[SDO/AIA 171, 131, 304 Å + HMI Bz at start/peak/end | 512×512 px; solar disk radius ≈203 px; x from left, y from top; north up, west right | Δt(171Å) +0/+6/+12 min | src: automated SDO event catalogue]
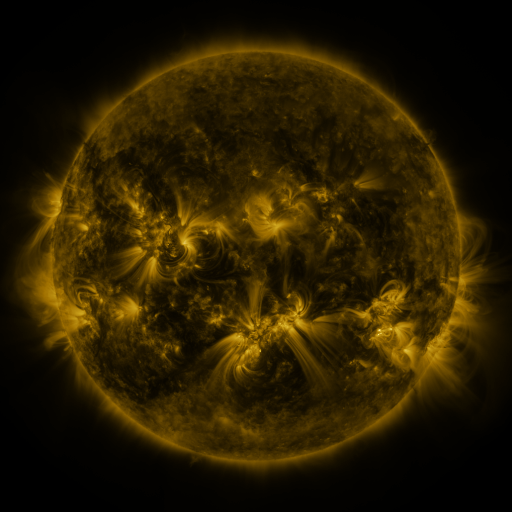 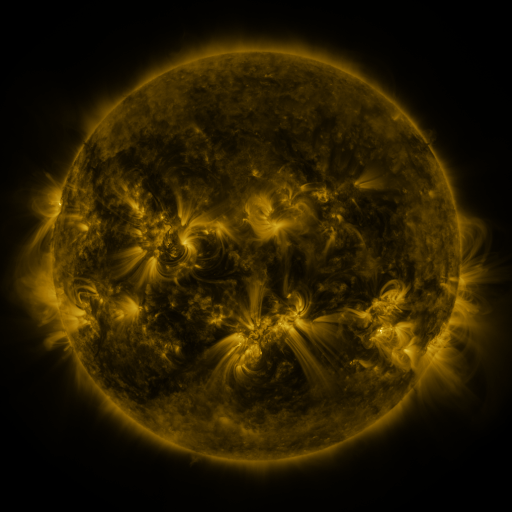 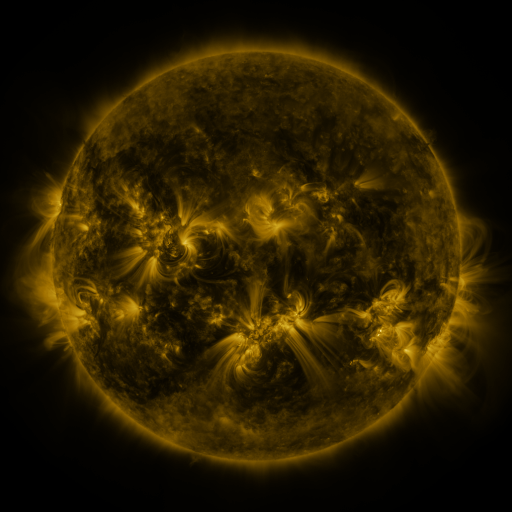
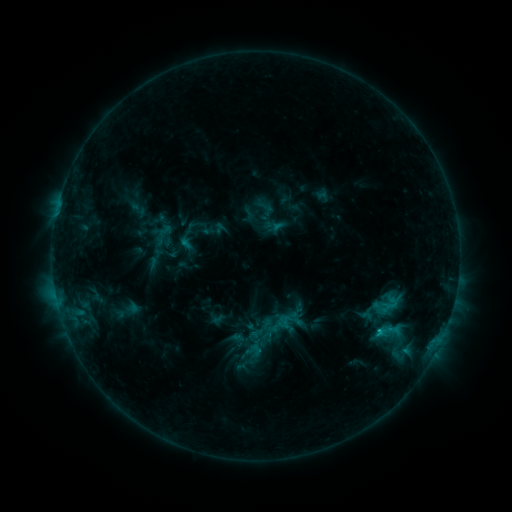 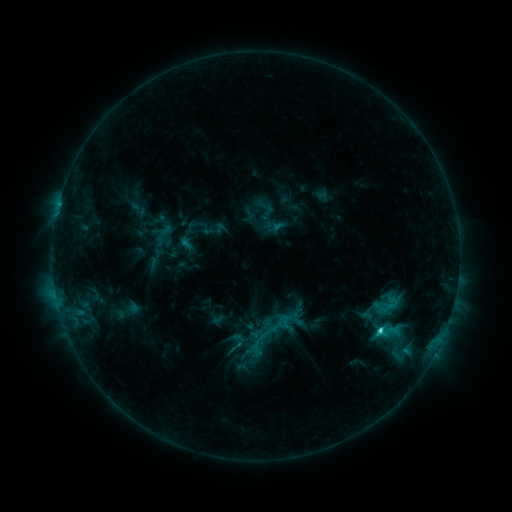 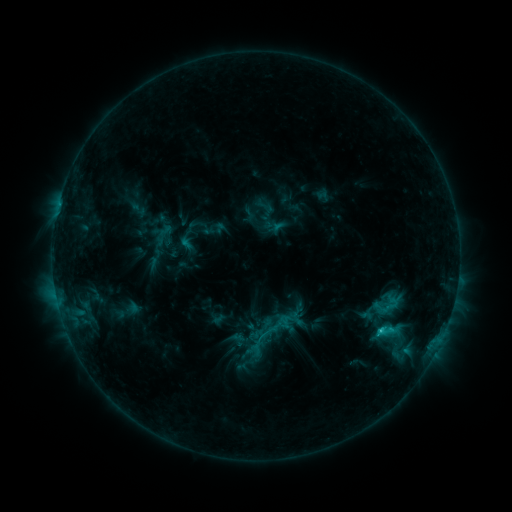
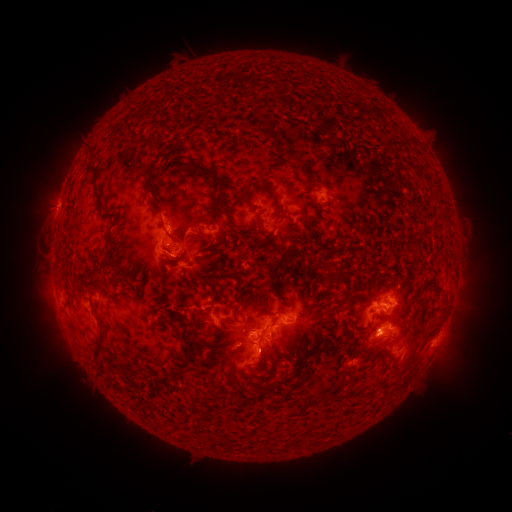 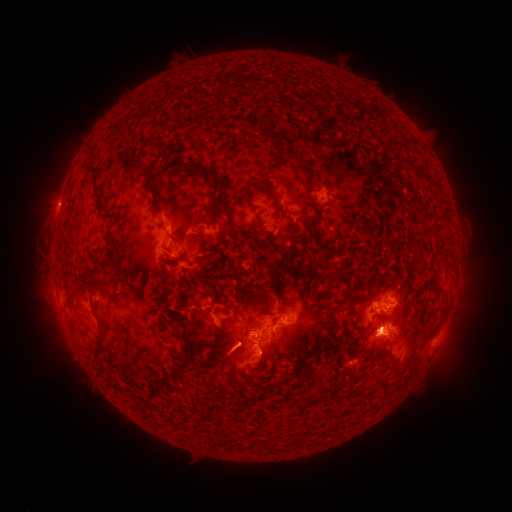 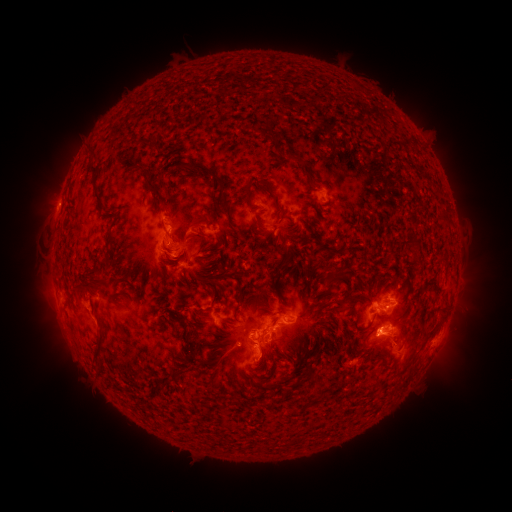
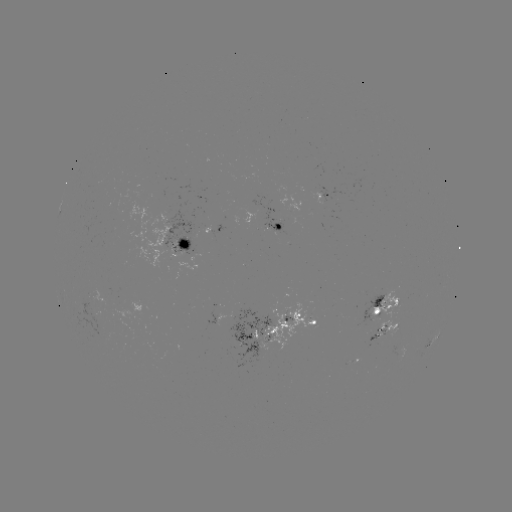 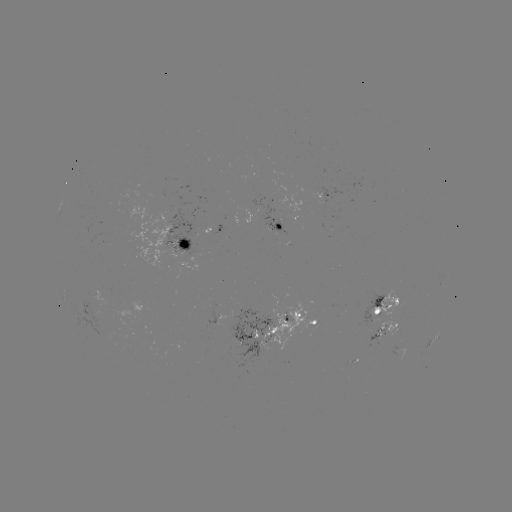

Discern C3.2 flare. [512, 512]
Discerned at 379,332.